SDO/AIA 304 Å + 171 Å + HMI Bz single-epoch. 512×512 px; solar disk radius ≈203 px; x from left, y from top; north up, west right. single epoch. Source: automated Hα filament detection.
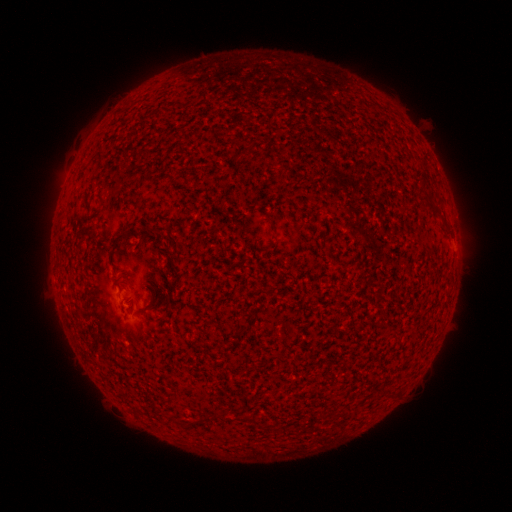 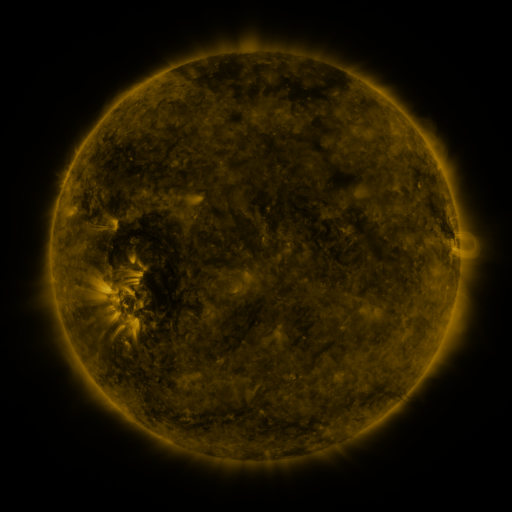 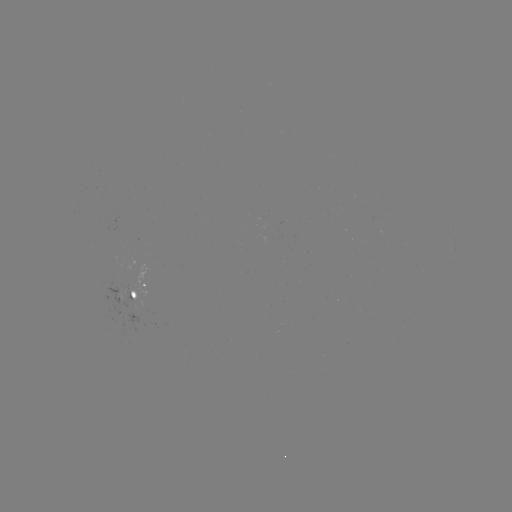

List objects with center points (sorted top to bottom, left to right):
filament: (421, 192, 431, 203)
filament: (430, 205, 442, 218)
filament: (441, 220, 450, 230)
filament: (108, 238, 119, 253)
filament: (135, 301, 154, 315)
